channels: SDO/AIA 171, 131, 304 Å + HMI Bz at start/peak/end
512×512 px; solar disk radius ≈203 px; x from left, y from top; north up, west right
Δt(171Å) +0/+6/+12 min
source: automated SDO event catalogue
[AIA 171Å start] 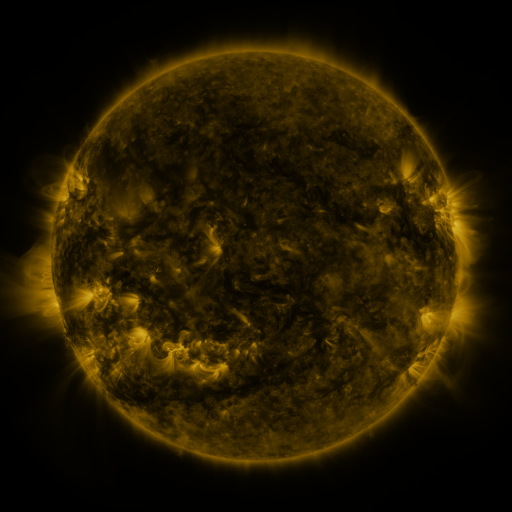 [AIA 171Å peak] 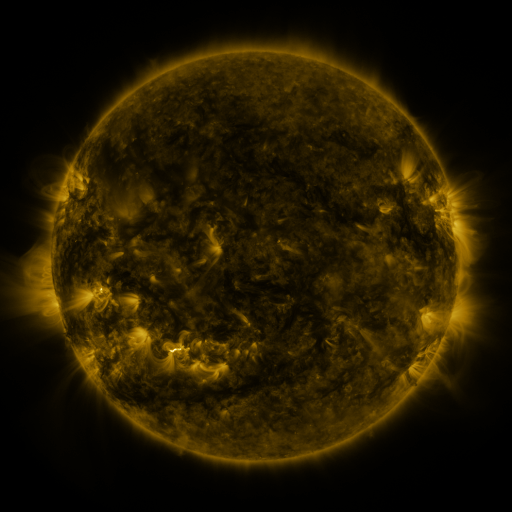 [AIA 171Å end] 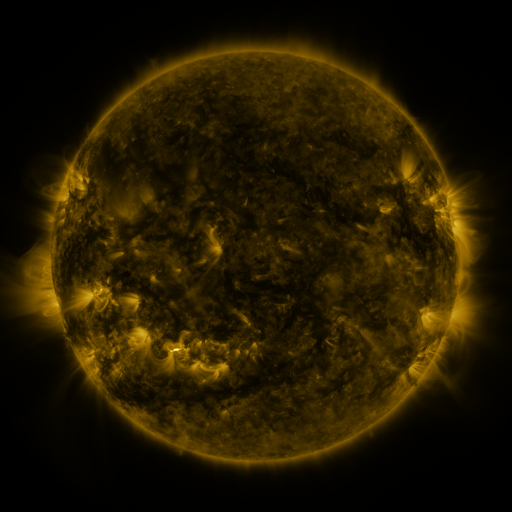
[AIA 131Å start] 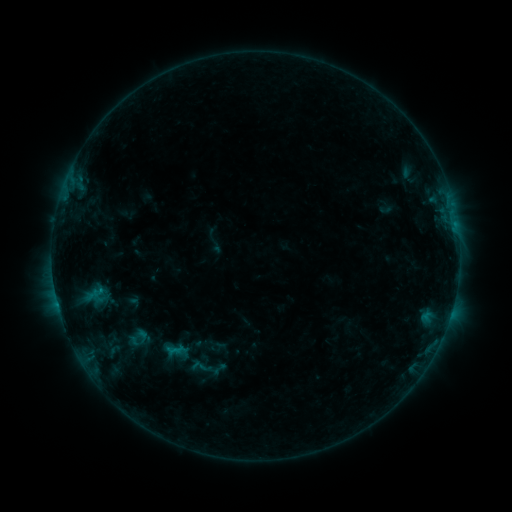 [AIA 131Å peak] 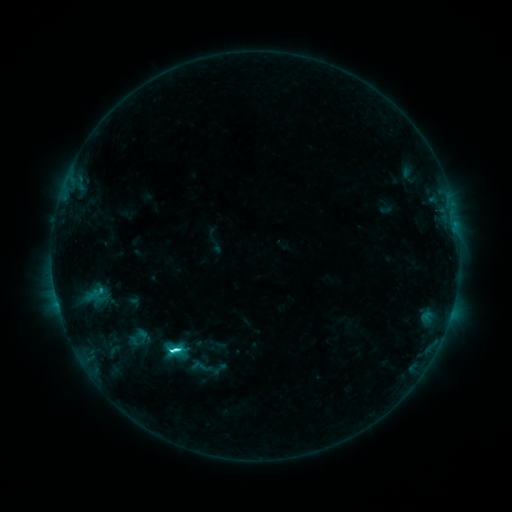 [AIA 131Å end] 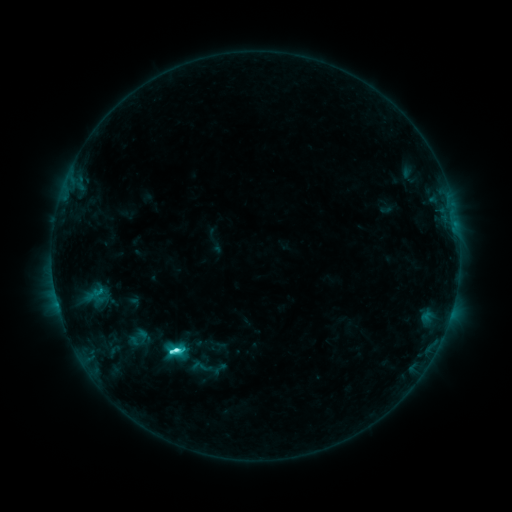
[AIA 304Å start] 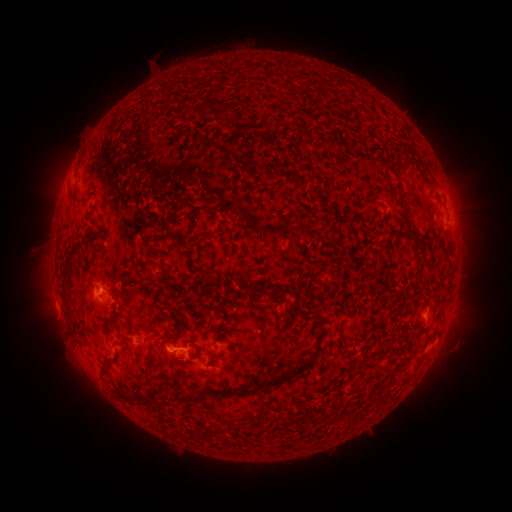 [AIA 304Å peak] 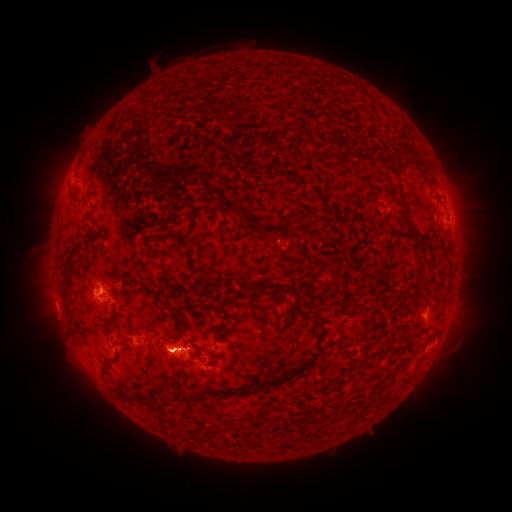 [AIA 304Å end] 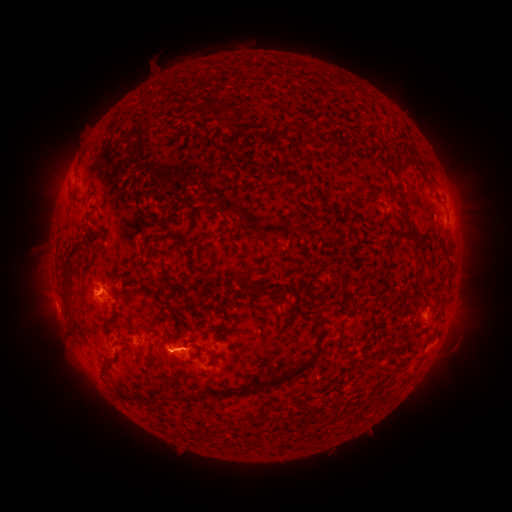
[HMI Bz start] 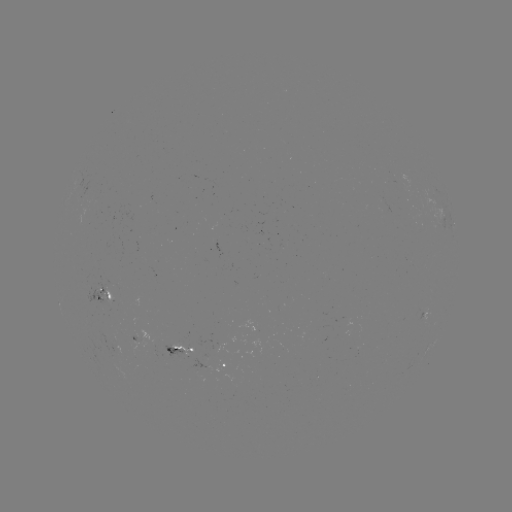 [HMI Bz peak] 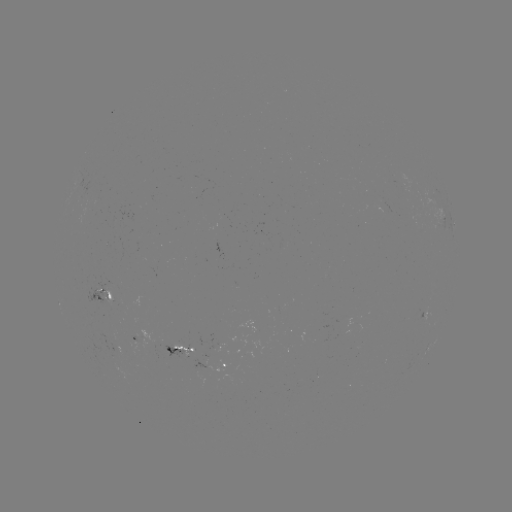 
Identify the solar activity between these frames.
C6.7 flare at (175, 348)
